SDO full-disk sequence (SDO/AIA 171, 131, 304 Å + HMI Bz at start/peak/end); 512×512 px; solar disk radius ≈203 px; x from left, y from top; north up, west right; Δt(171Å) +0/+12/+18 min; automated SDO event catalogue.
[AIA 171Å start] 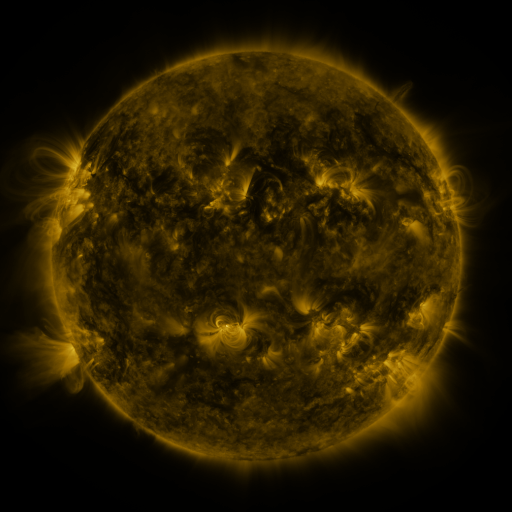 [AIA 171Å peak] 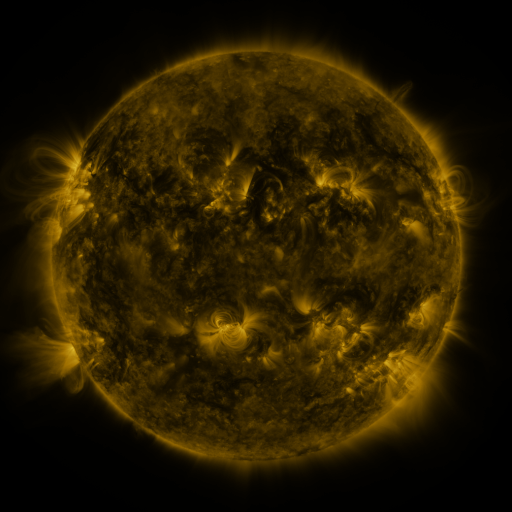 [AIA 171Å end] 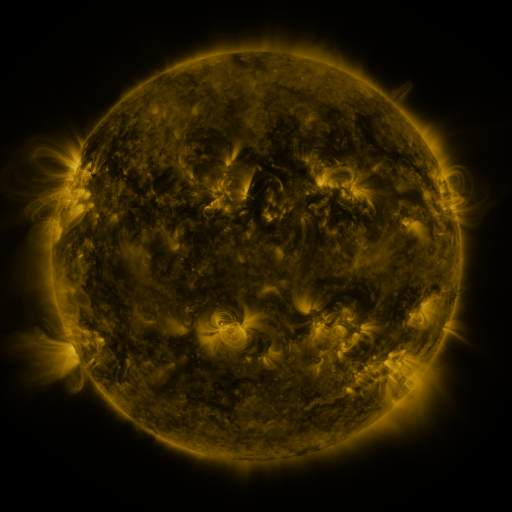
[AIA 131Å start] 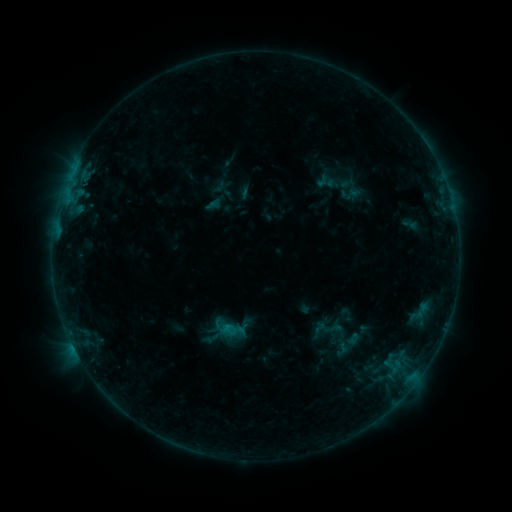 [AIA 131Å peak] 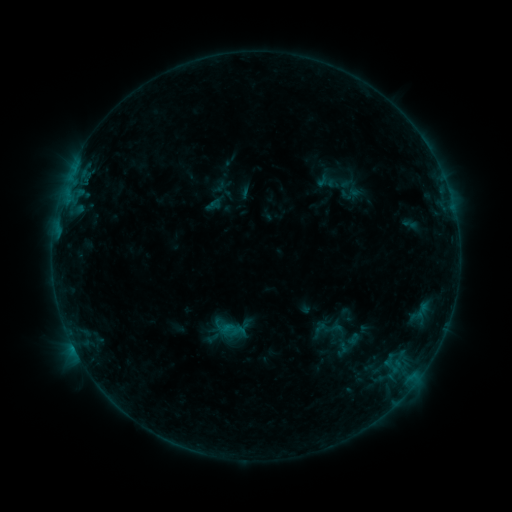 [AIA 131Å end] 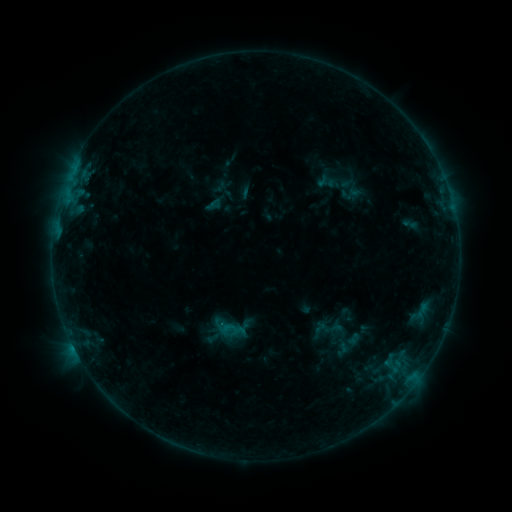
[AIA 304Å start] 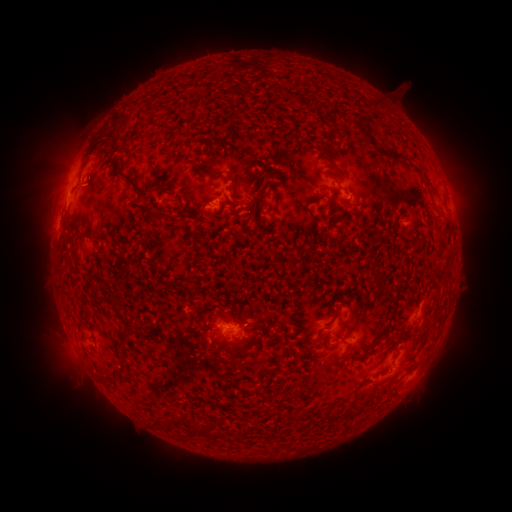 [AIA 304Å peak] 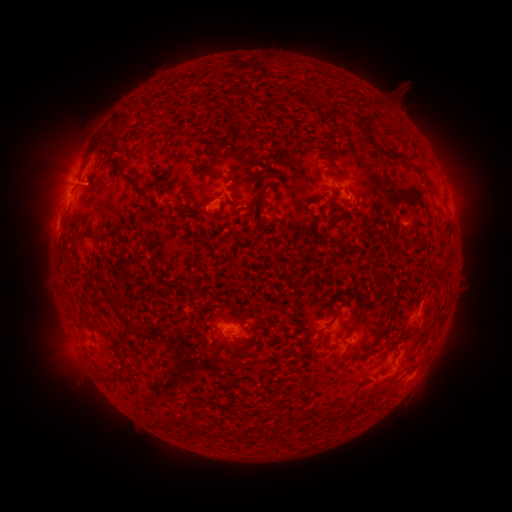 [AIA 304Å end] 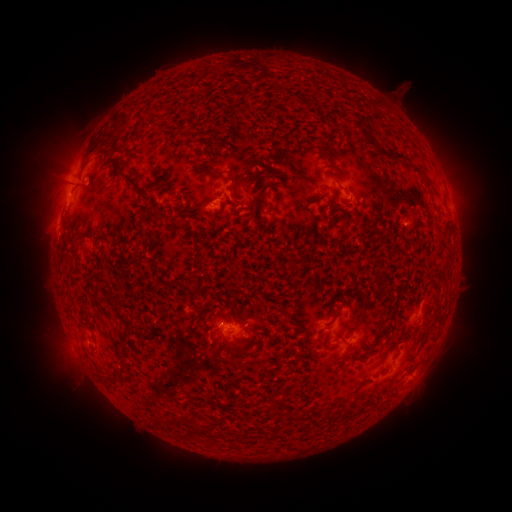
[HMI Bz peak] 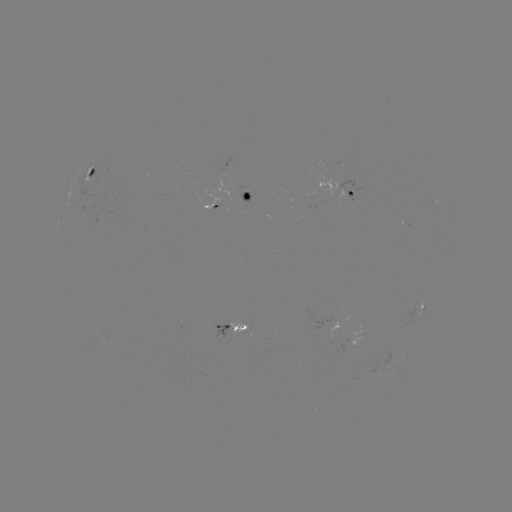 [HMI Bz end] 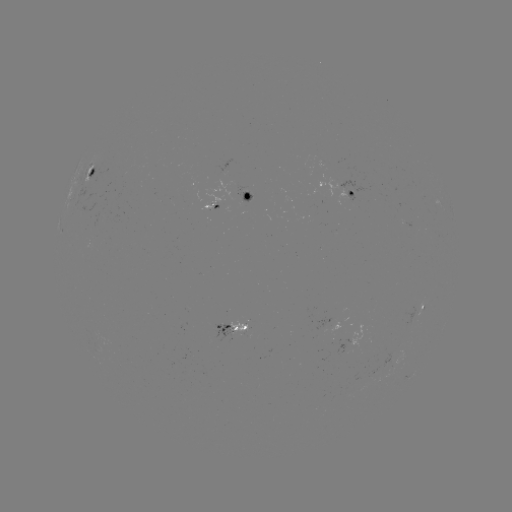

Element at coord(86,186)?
eruption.